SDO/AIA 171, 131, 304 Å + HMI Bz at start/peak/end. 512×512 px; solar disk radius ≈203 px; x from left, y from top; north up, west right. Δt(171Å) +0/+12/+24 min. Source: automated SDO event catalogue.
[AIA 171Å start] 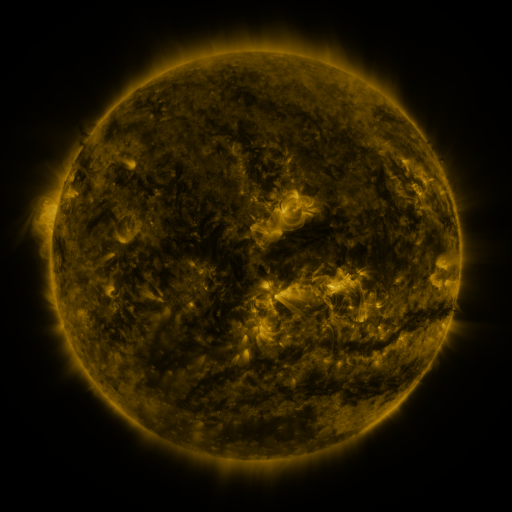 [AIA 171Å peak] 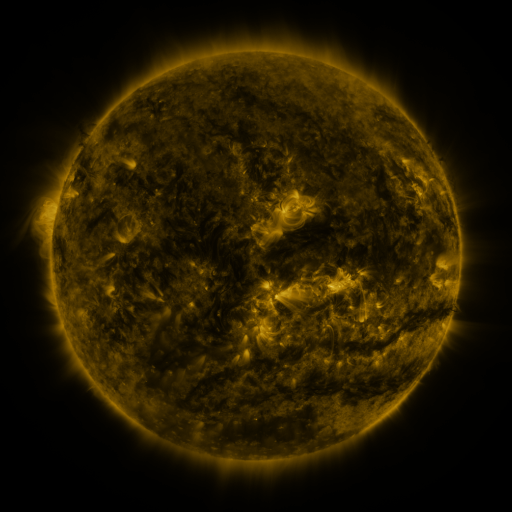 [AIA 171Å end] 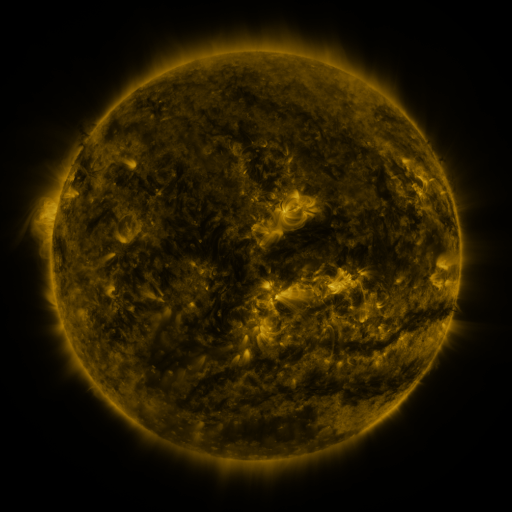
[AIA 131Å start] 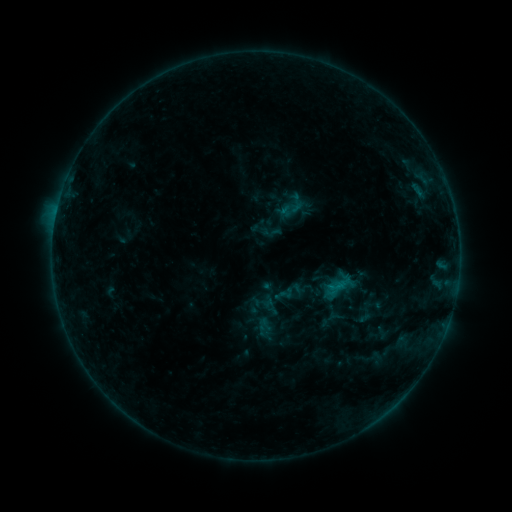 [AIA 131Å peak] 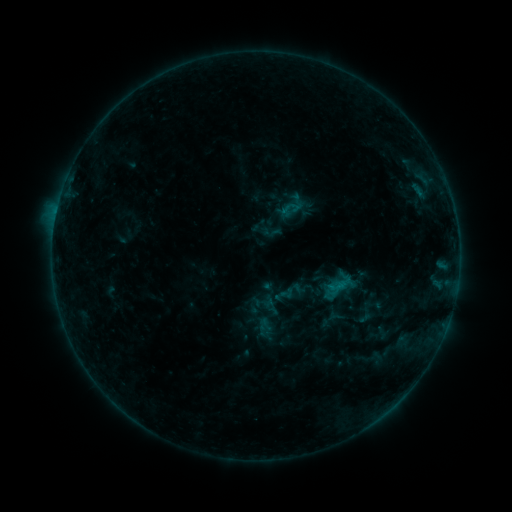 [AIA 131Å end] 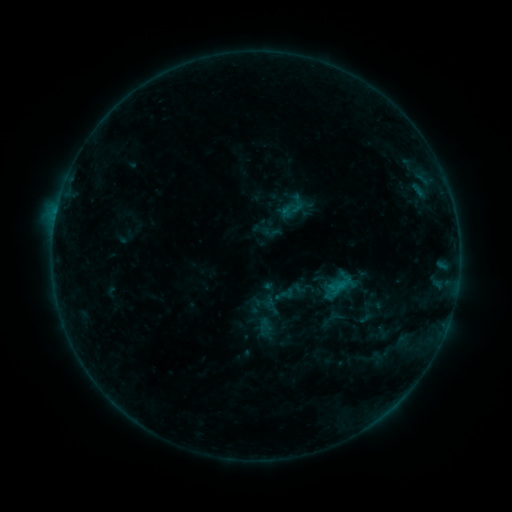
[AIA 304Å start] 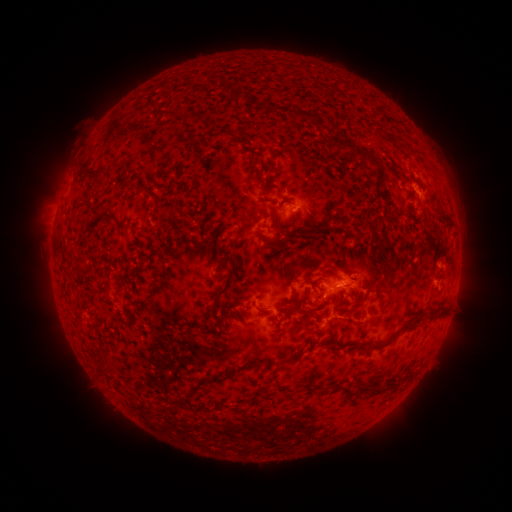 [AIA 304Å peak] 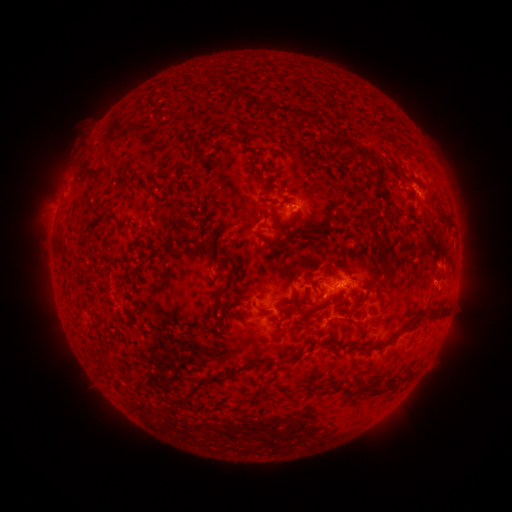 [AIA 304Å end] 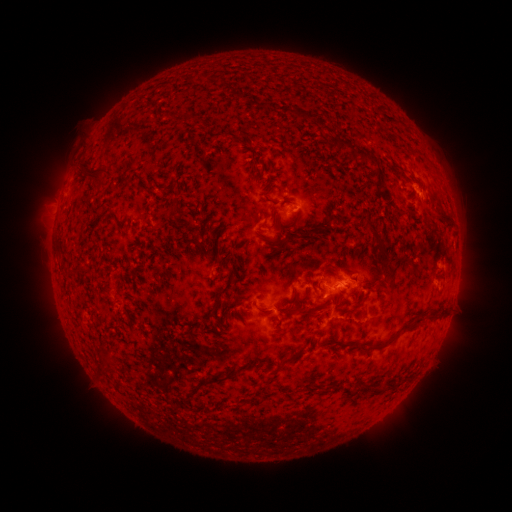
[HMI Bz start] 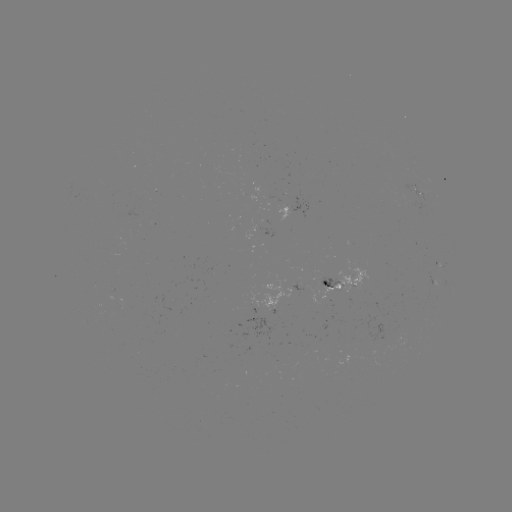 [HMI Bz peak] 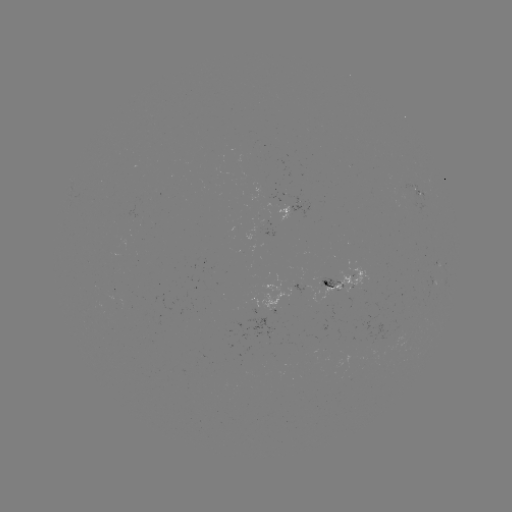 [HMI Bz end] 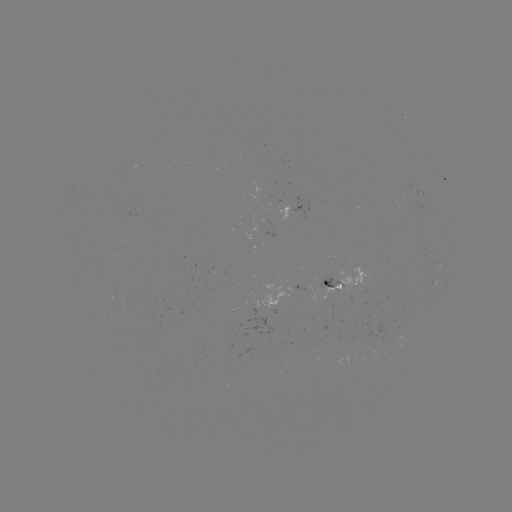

no flare in any classed list; no EUV-trigger detection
